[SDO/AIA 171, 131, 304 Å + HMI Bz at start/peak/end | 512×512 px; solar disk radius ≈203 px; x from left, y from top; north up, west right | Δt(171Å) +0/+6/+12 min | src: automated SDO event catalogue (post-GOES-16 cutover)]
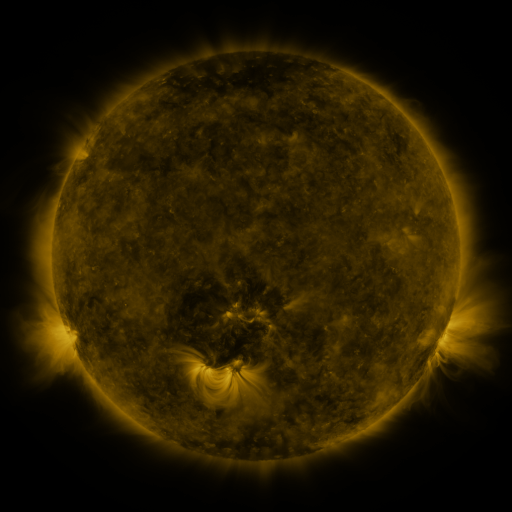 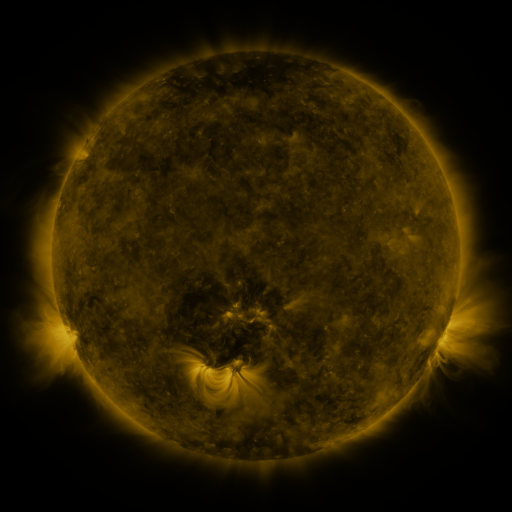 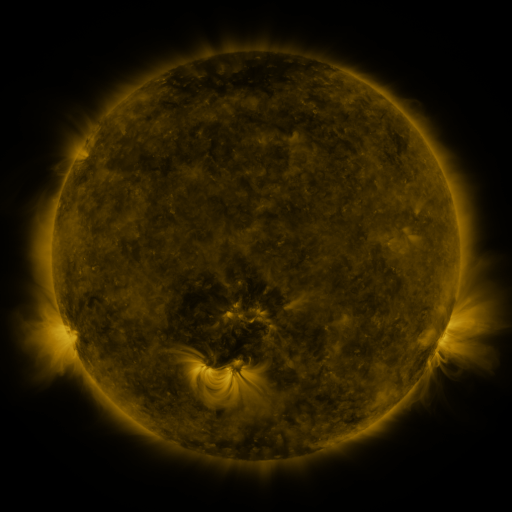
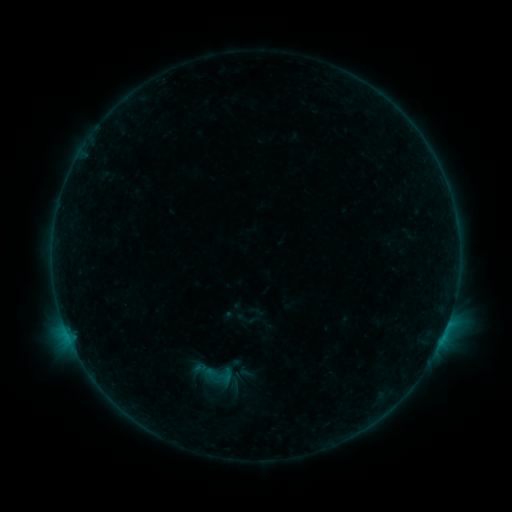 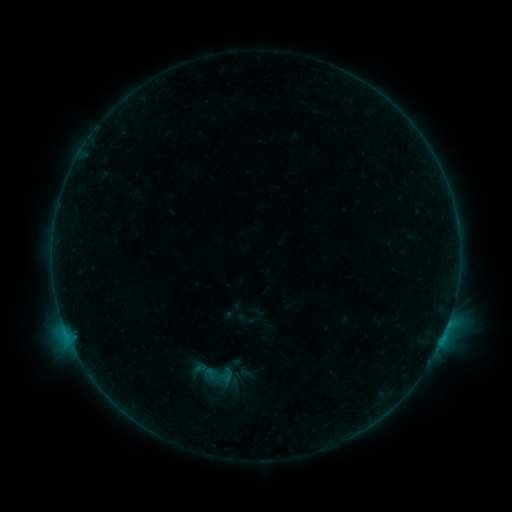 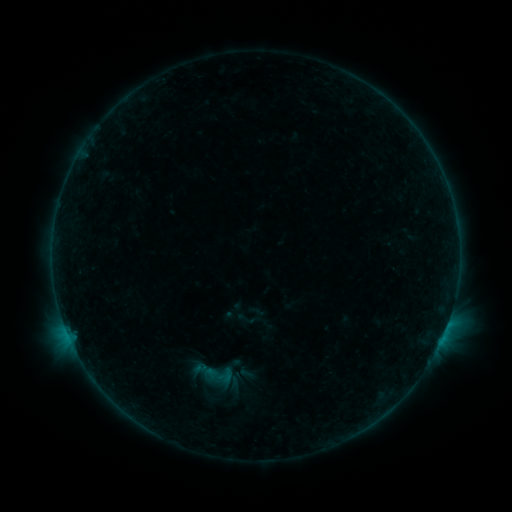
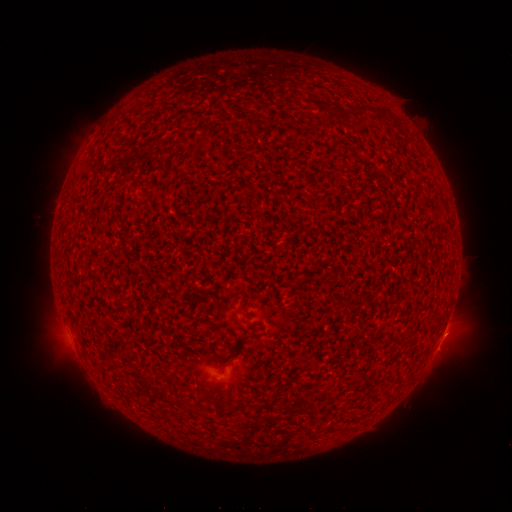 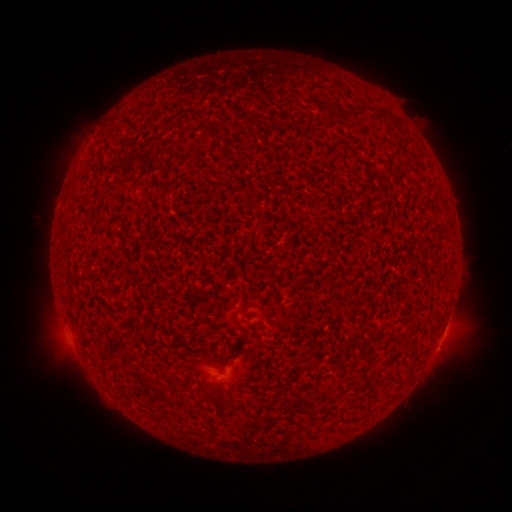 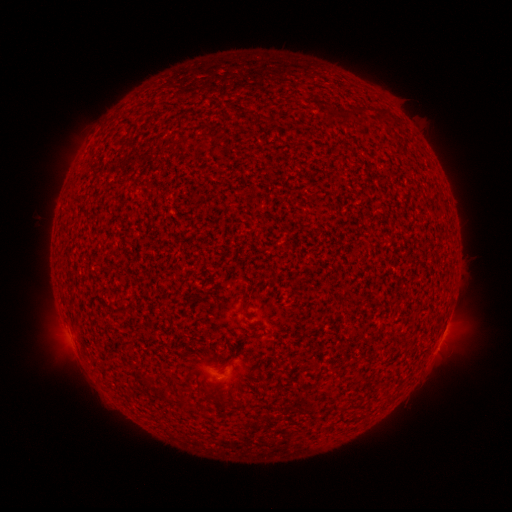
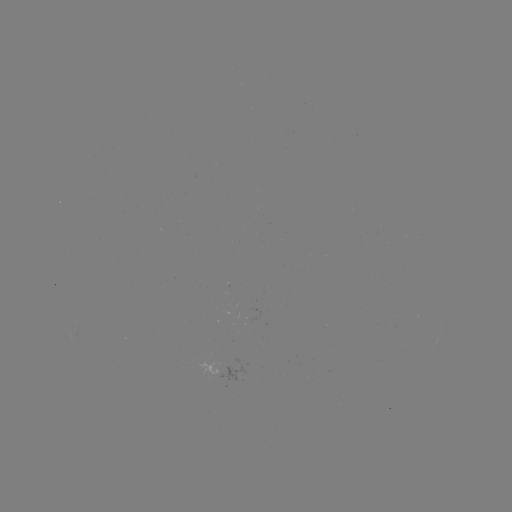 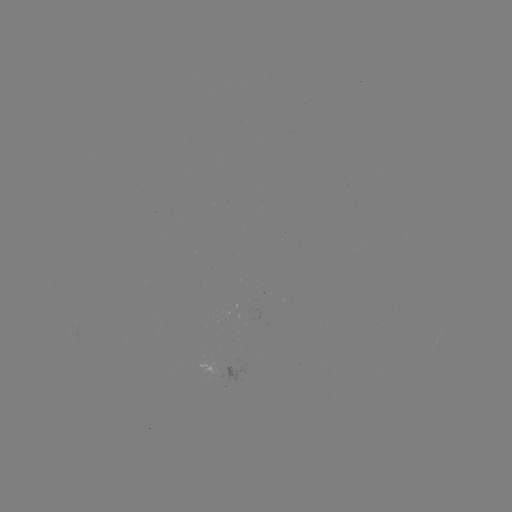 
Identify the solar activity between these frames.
B1.7 flare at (445, 329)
